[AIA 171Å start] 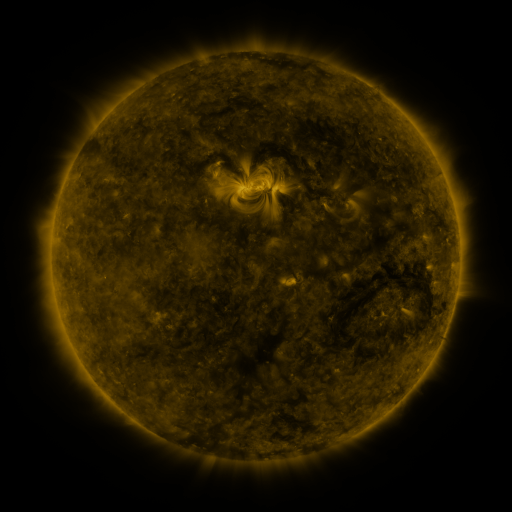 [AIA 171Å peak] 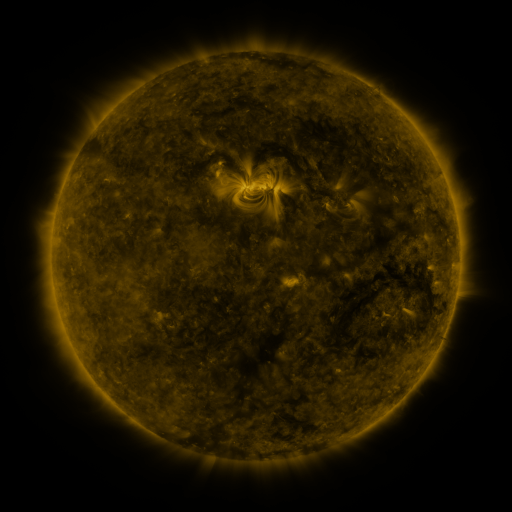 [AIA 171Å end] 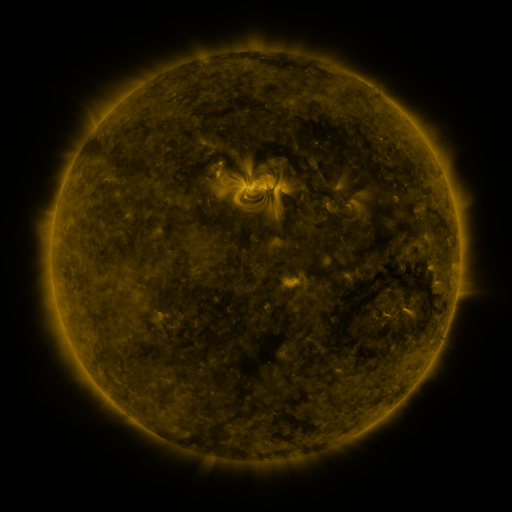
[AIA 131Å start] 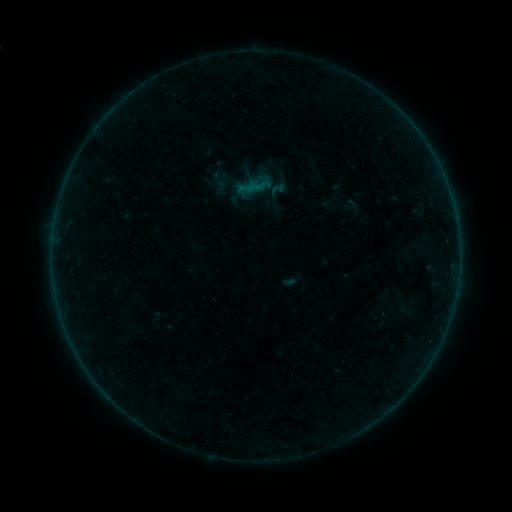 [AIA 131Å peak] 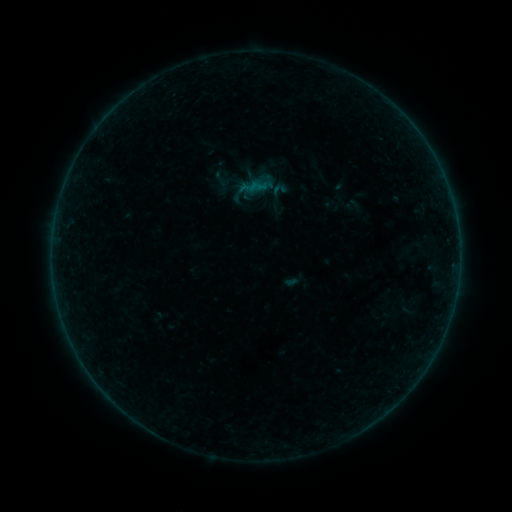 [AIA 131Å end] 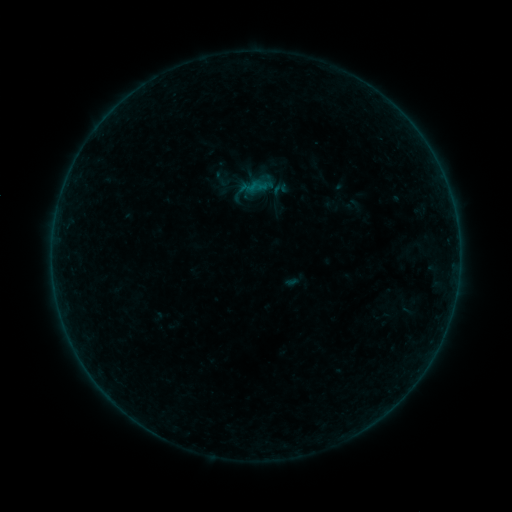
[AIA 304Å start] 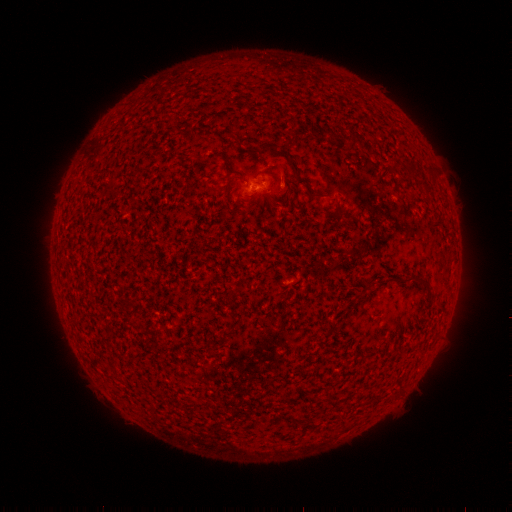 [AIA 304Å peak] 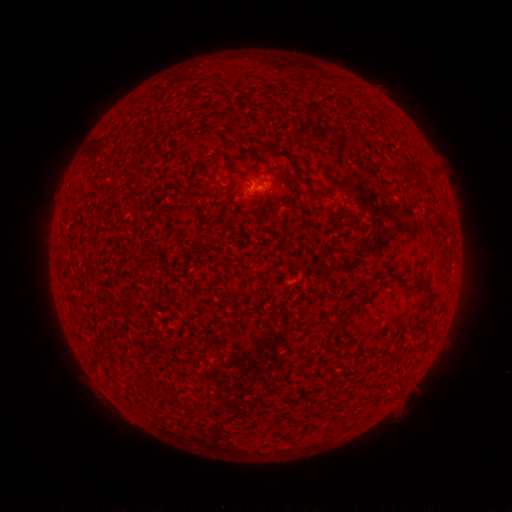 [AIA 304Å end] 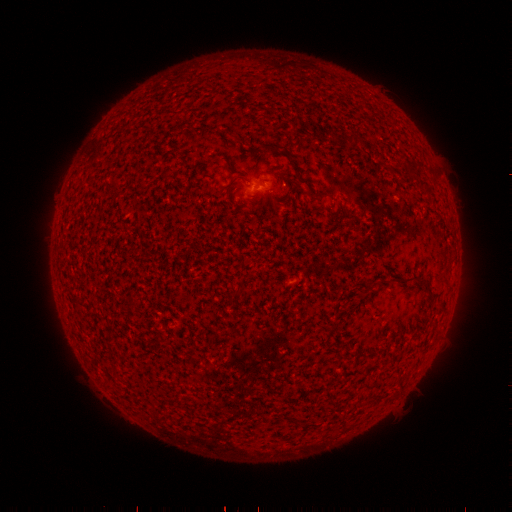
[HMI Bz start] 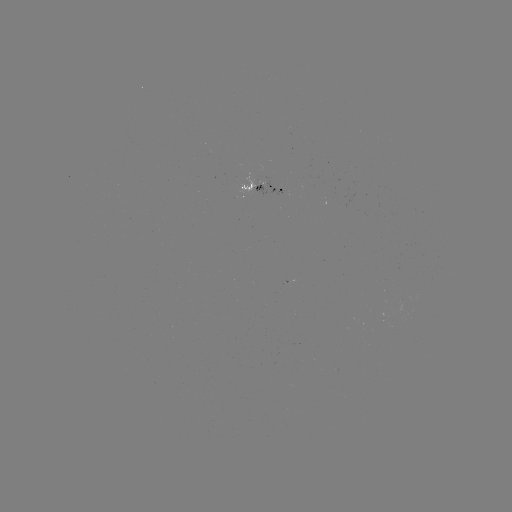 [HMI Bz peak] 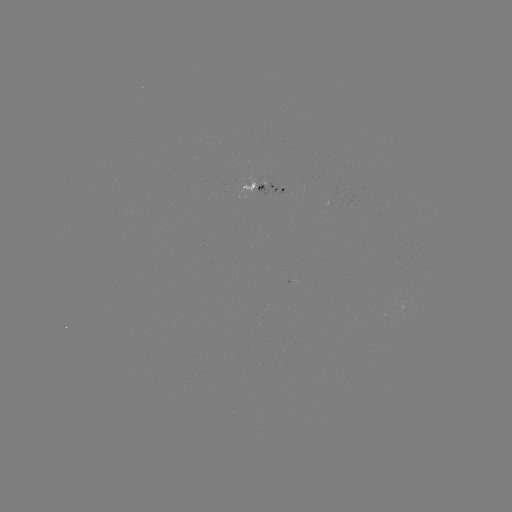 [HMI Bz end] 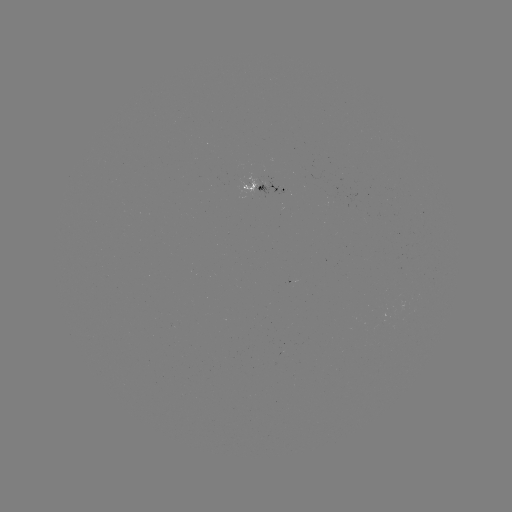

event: emerging-flux region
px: (259, 181)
